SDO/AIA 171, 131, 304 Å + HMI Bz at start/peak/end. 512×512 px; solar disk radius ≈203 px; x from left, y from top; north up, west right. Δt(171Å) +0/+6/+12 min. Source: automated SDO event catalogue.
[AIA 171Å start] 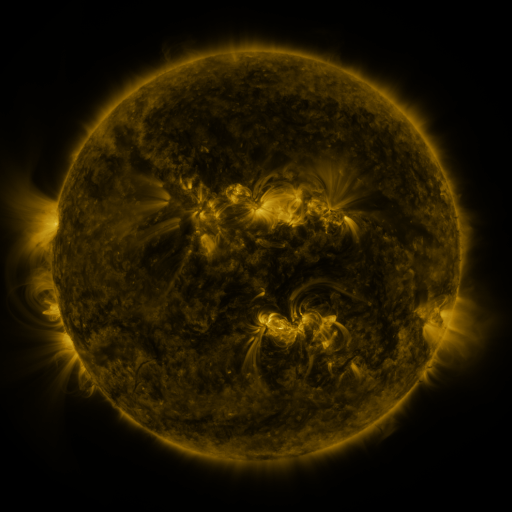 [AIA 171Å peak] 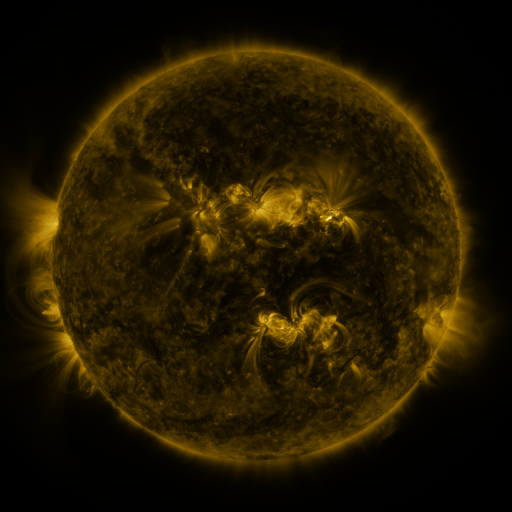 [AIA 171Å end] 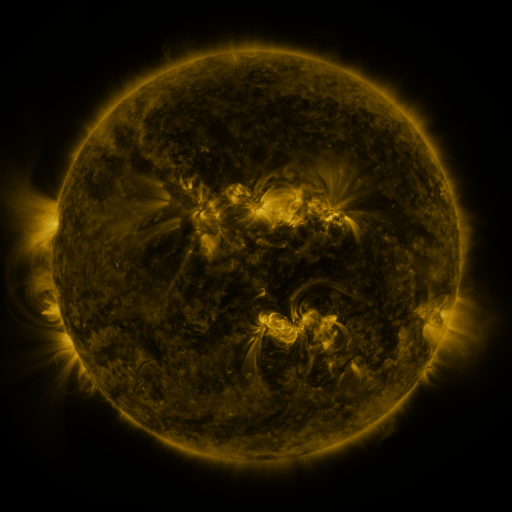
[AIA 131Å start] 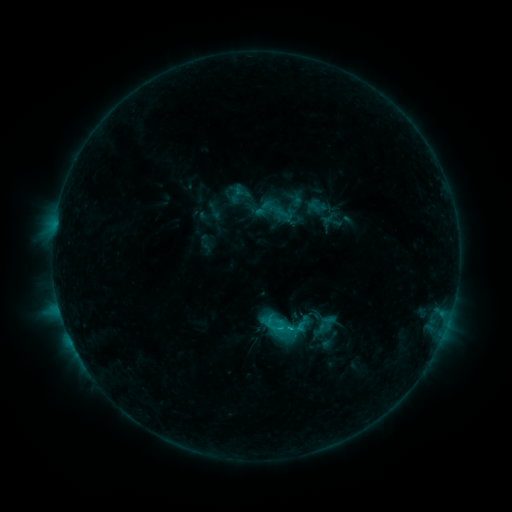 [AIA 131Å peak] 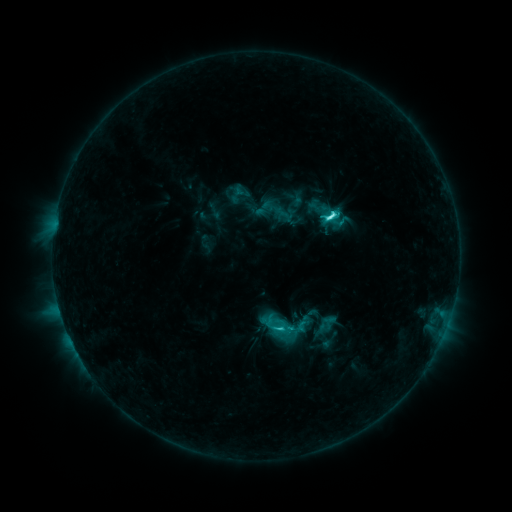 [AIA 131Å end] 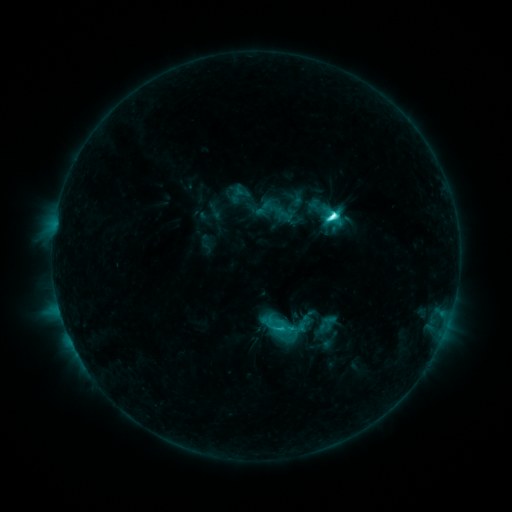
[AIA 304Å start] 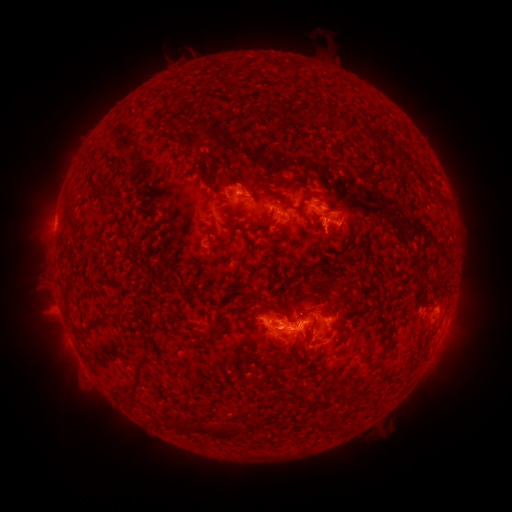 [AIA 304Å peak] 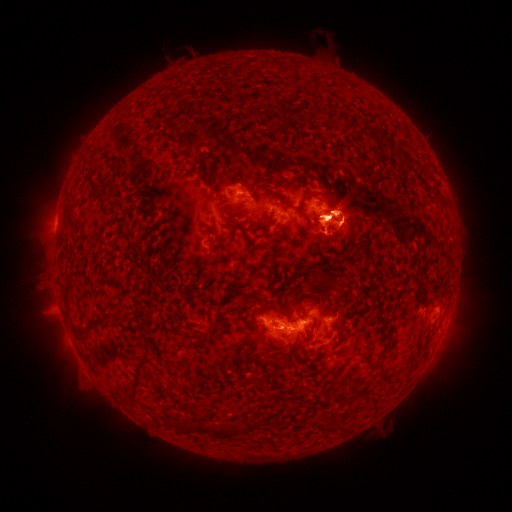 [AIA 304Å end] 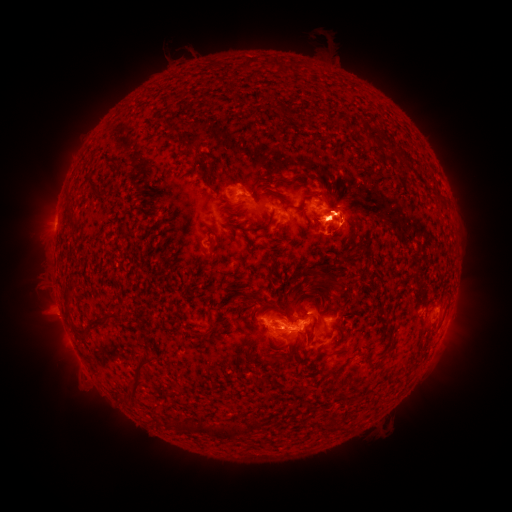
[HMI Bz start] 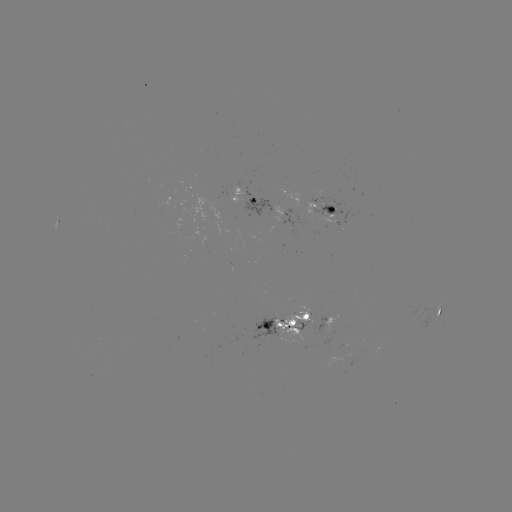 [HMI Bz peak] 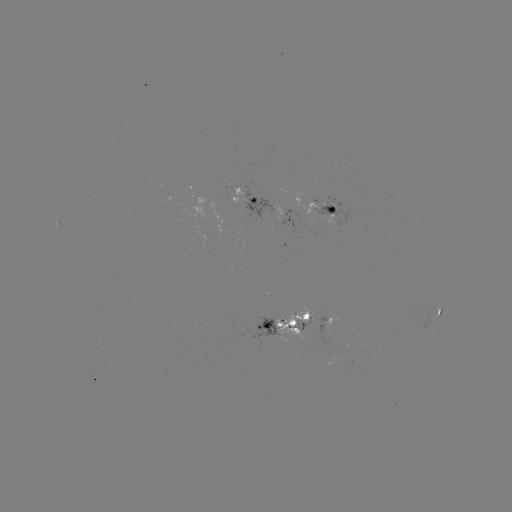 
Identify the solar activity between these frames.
C9.3 flare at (330, 216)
